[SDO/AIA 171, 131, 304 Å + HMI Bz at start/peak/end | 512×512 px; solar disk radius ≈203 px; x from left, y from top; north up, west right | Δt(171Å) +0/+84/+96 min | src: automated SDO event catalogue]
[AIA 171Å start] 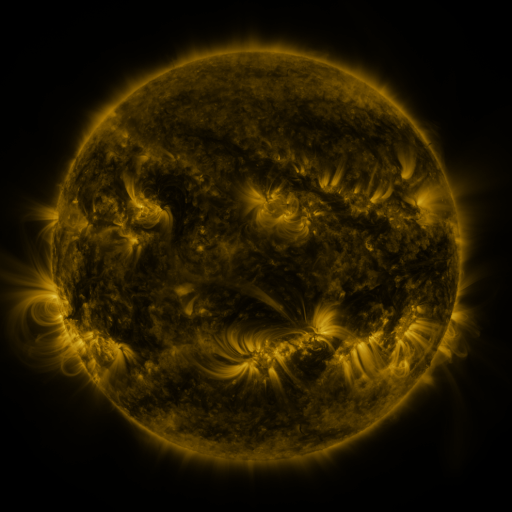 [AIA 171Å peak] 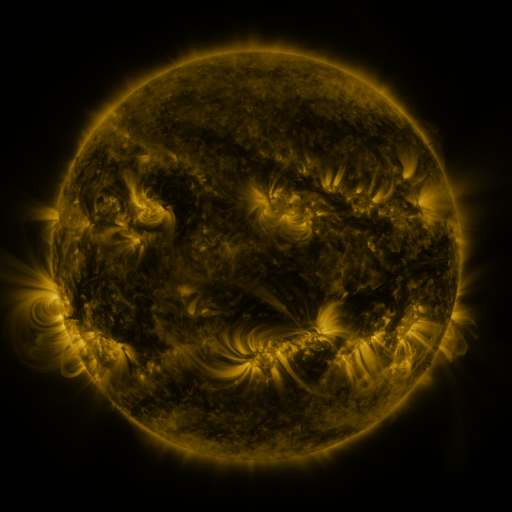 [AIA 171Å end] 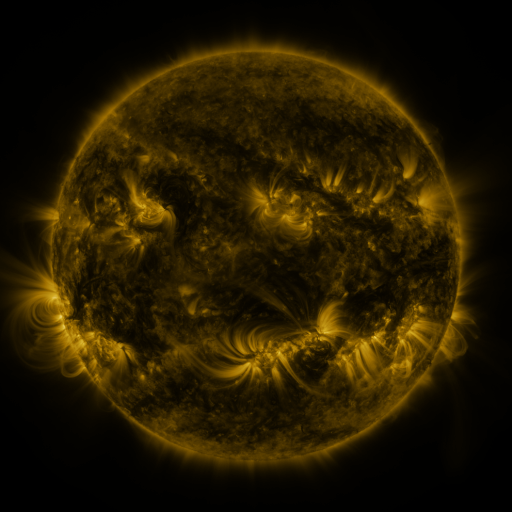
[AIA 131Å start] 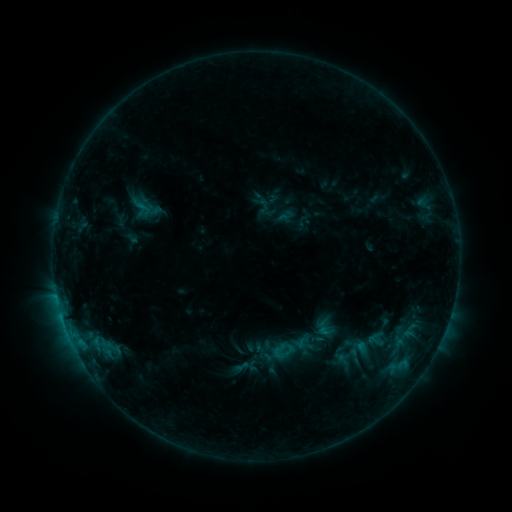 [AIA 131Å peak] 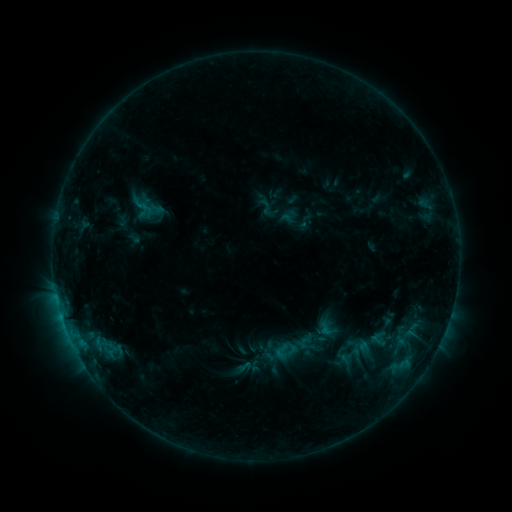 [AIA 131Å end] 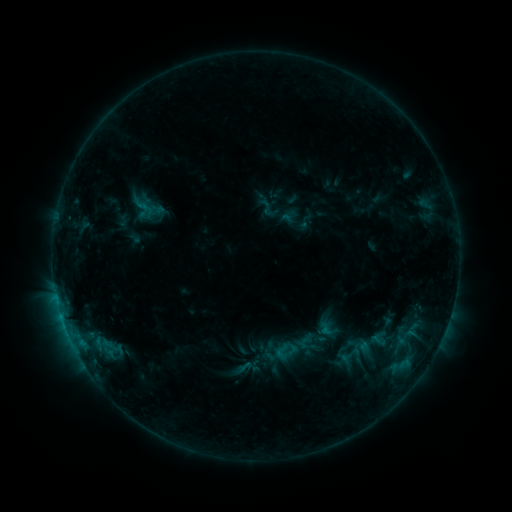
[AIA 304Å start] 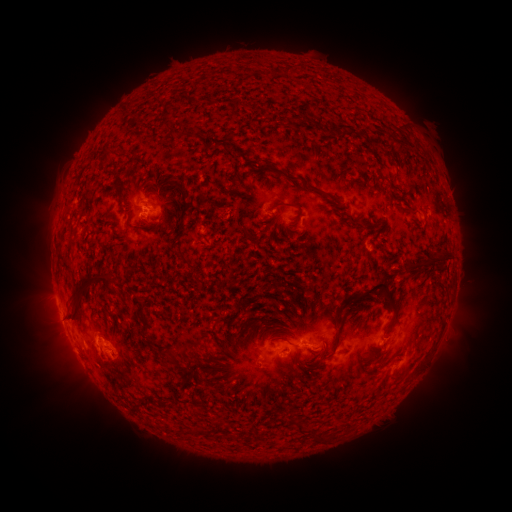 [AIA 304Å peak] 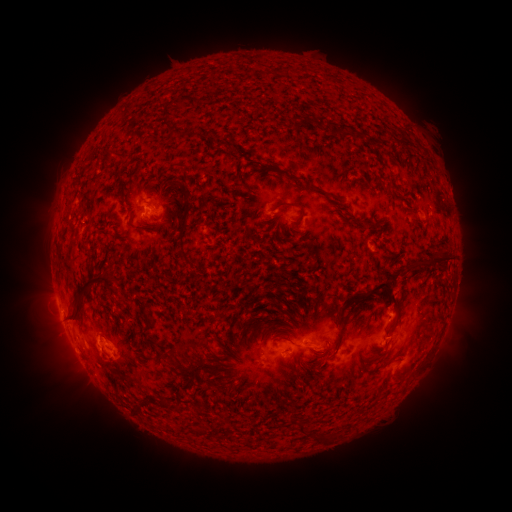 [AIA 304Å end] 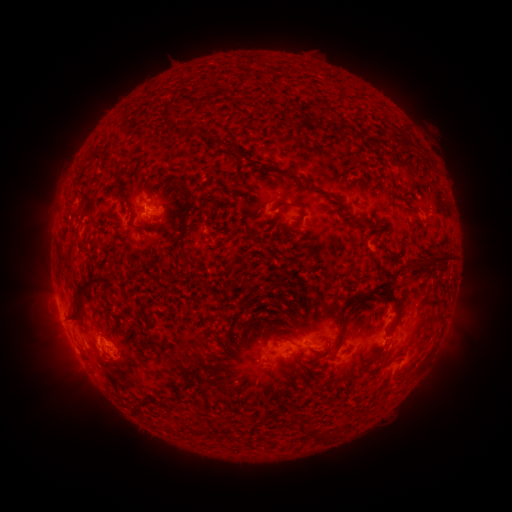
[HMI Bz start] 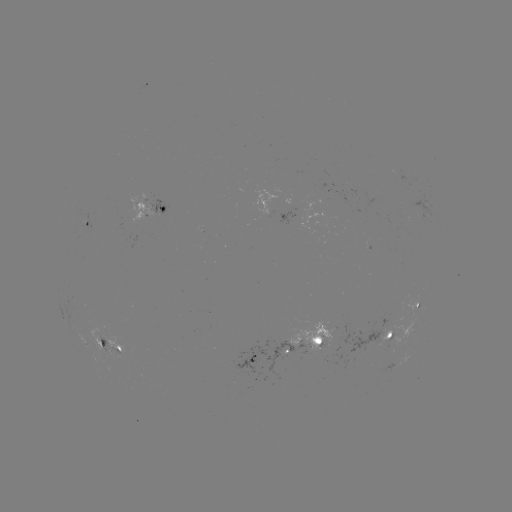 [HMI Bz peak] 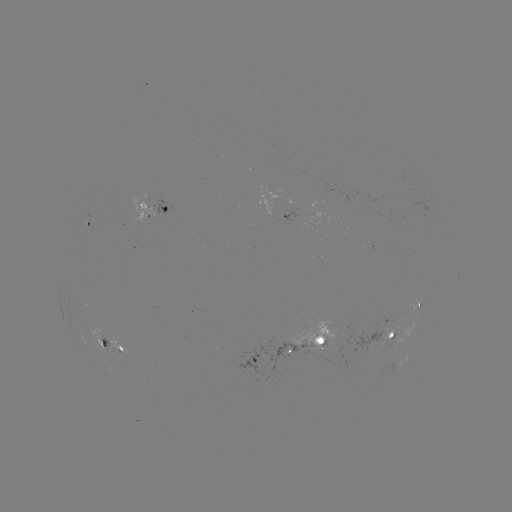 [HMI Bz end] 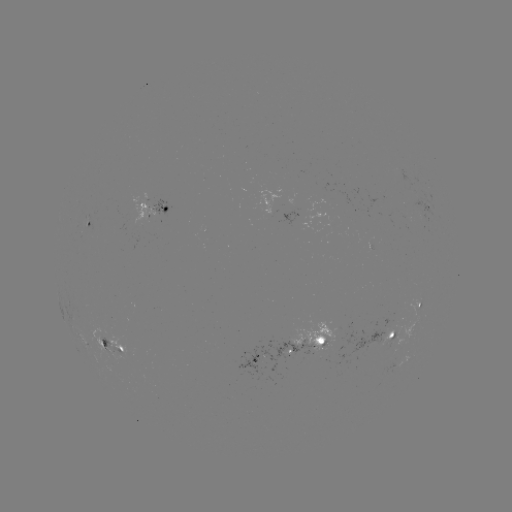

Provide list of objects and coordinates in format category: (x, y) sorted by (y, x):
emerging-flux region: (109, 348)
